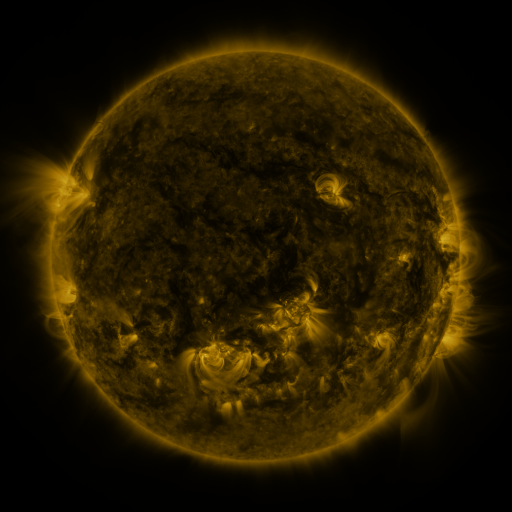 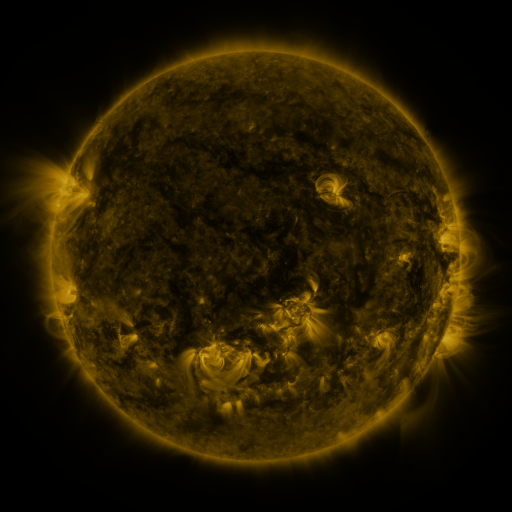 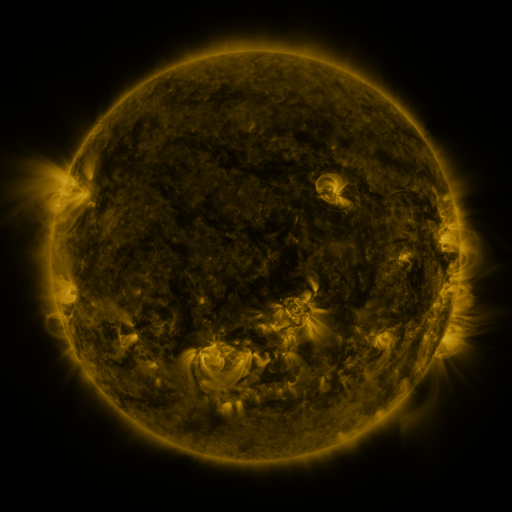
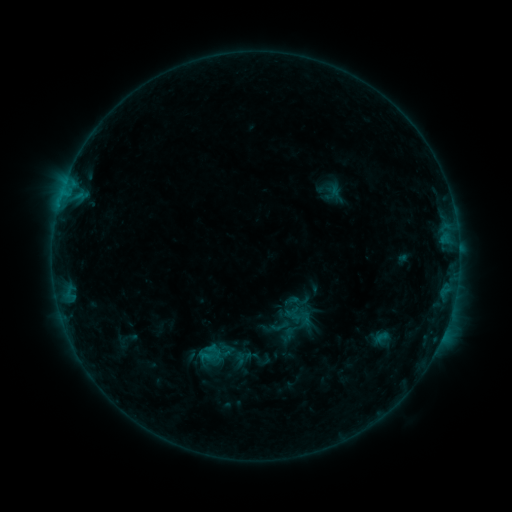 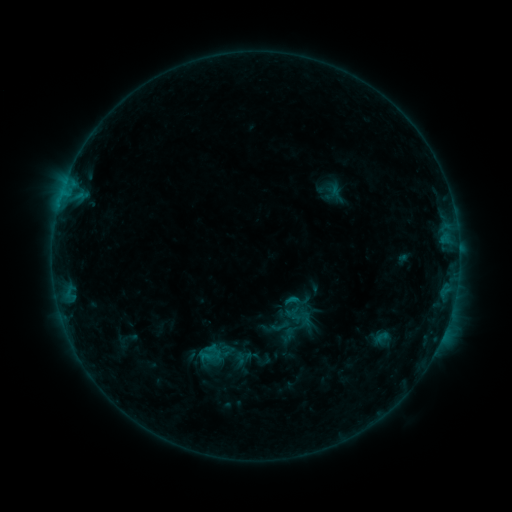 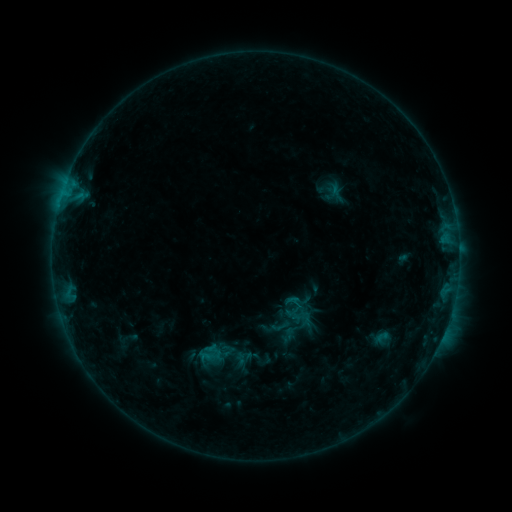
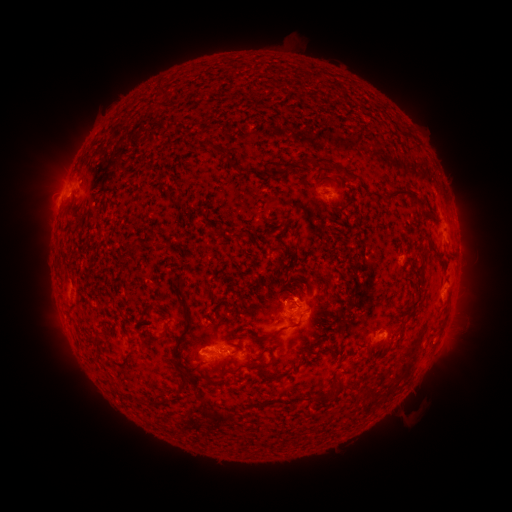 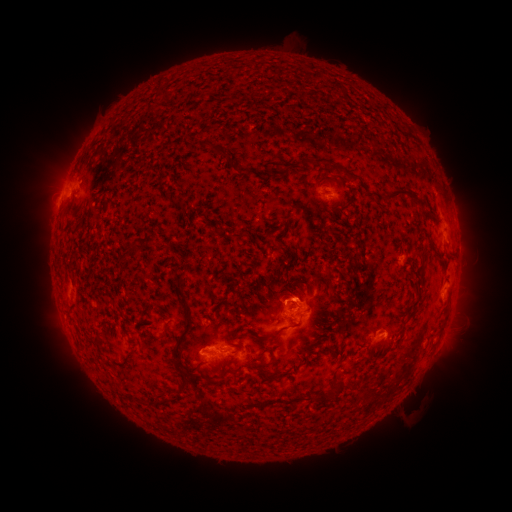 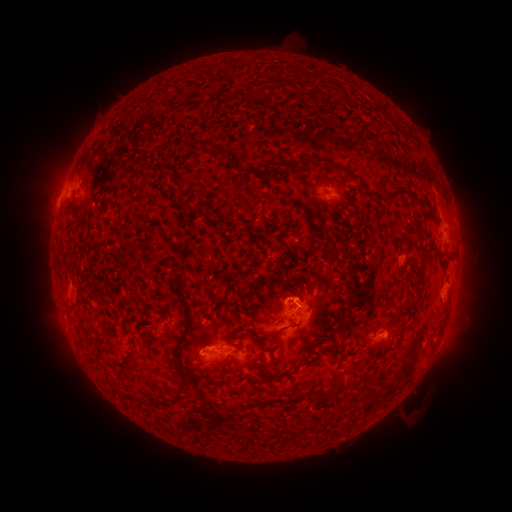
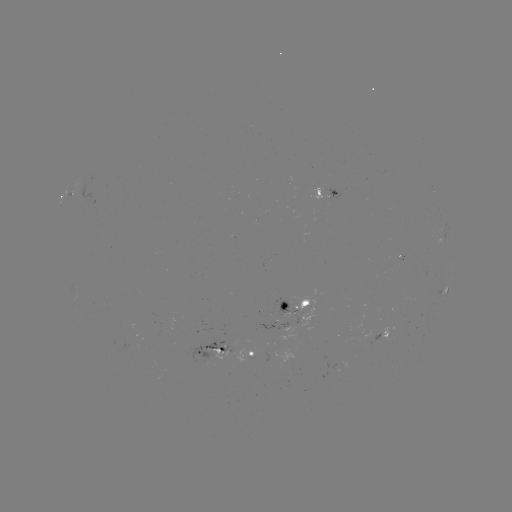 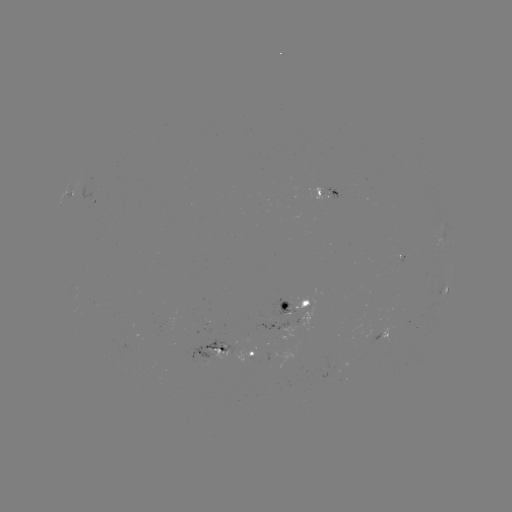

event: eruption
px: (300, 291)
